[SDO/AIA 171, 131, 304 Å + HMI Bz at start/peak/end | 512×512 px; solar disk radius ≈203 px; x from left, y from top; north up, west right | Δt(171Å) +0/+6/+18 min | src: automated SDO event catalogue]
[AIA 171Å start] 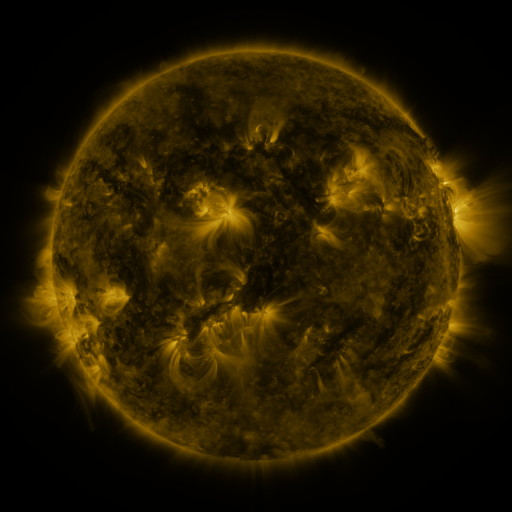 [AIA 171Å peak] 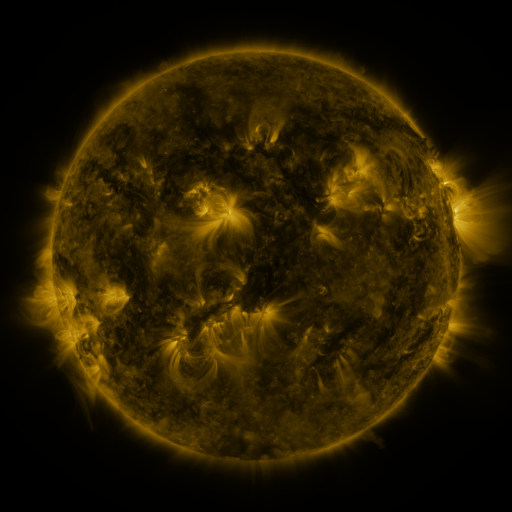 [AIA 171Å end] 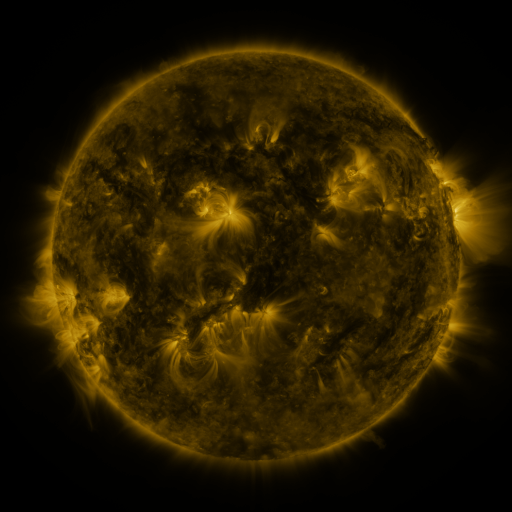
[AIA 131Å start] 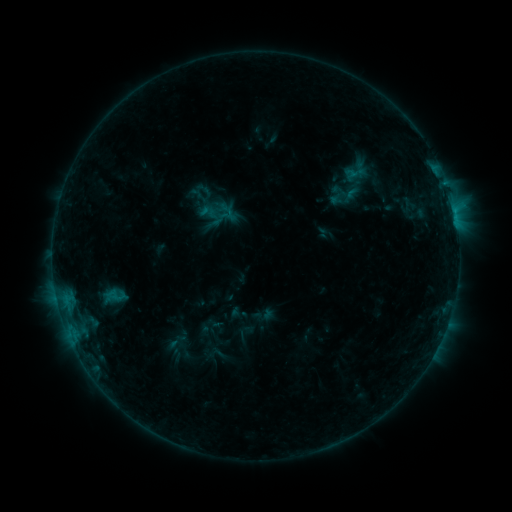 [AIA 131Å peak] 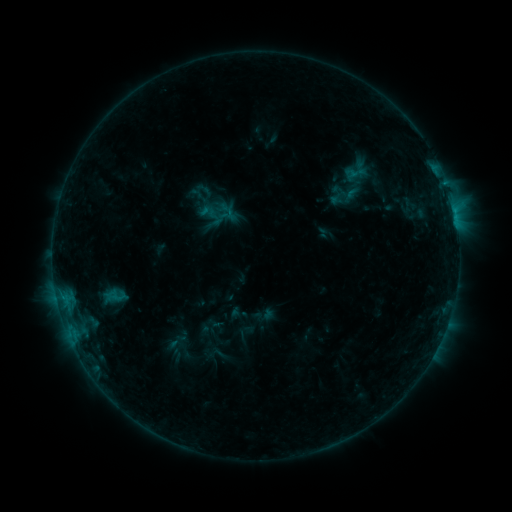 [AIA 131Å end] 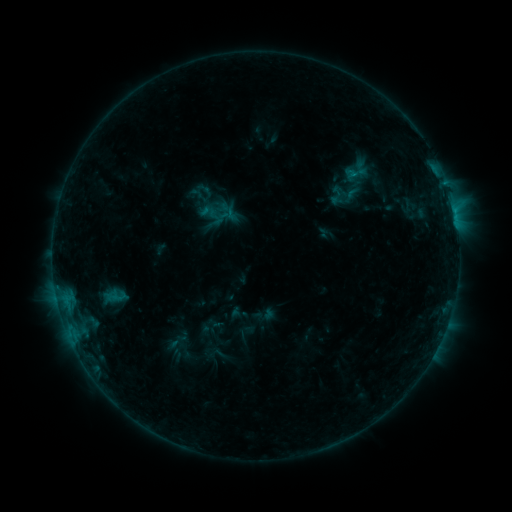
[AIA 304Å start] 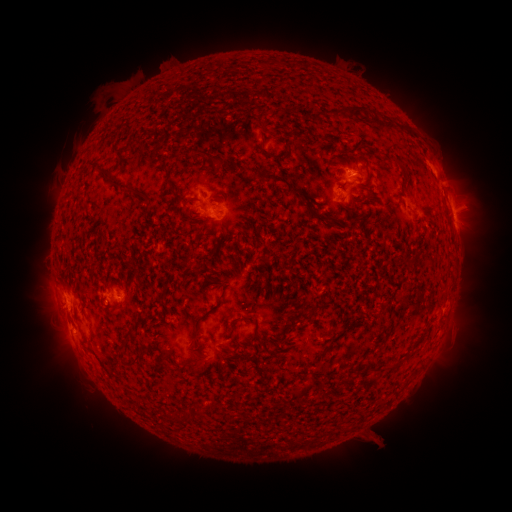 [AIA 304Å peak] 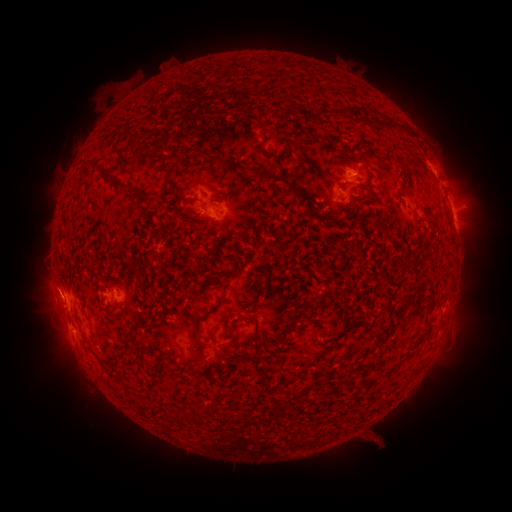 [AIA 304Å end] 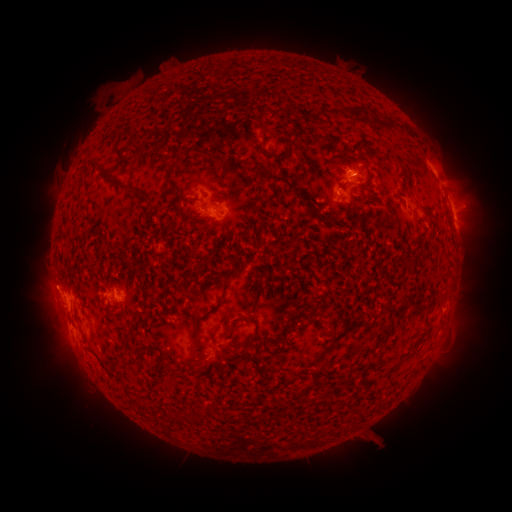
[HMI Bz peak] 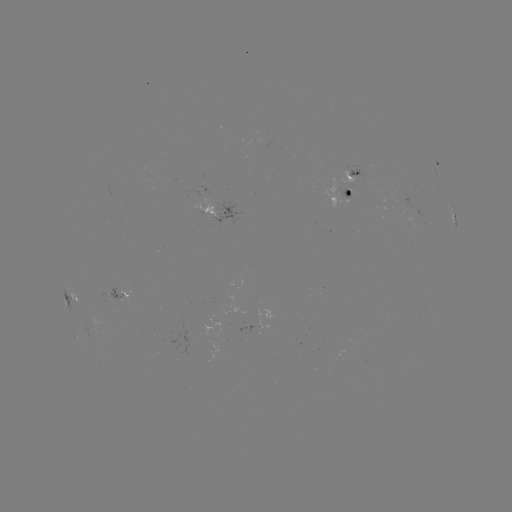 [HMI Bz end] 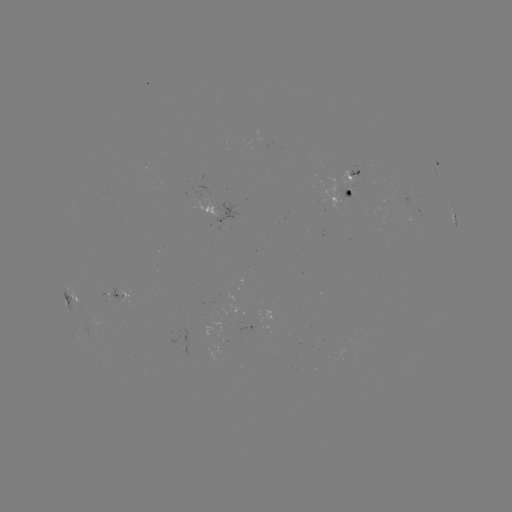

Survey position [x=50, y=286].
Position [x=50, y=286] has eruption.